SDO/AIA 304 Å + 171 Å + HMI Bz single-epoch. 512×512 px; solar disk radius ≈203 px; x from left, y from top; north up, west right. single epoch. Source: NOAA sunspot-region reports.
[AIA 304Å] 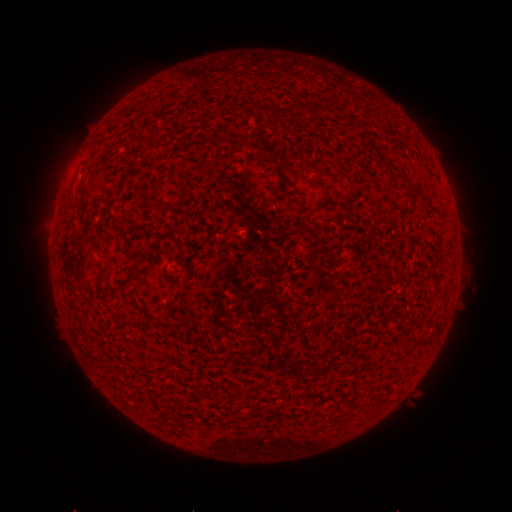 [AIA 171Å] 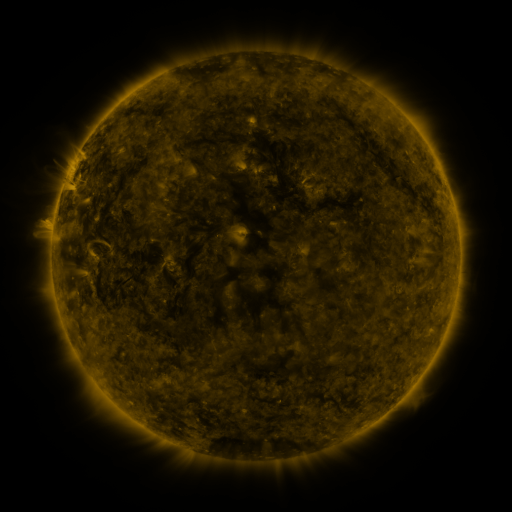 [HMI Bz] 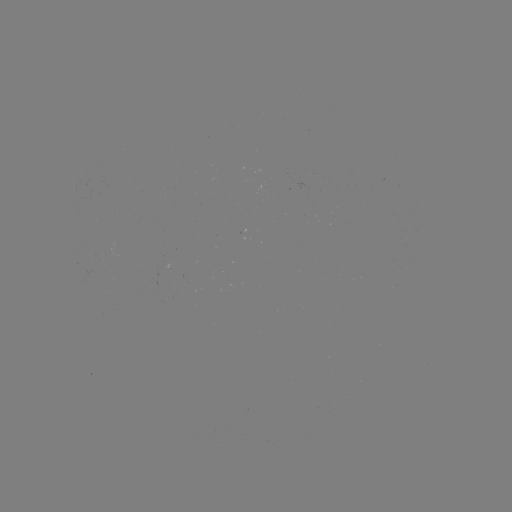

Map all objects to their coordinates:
(none)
